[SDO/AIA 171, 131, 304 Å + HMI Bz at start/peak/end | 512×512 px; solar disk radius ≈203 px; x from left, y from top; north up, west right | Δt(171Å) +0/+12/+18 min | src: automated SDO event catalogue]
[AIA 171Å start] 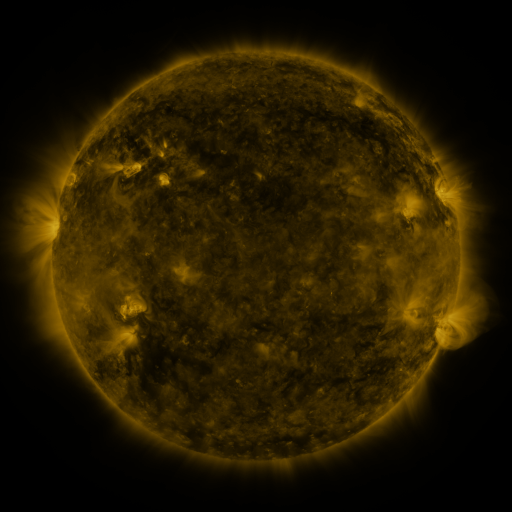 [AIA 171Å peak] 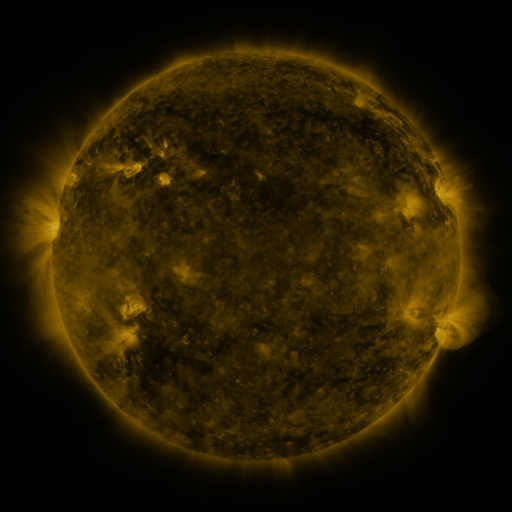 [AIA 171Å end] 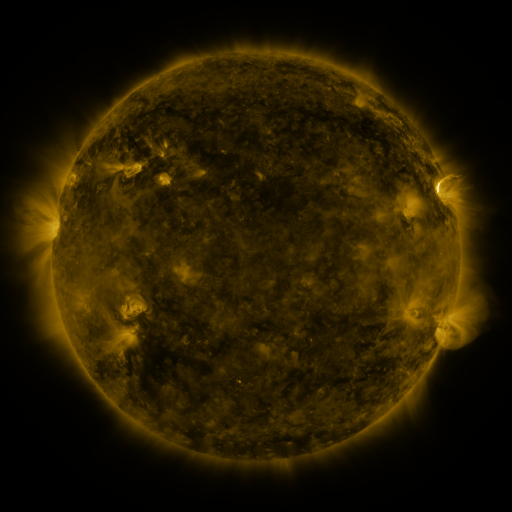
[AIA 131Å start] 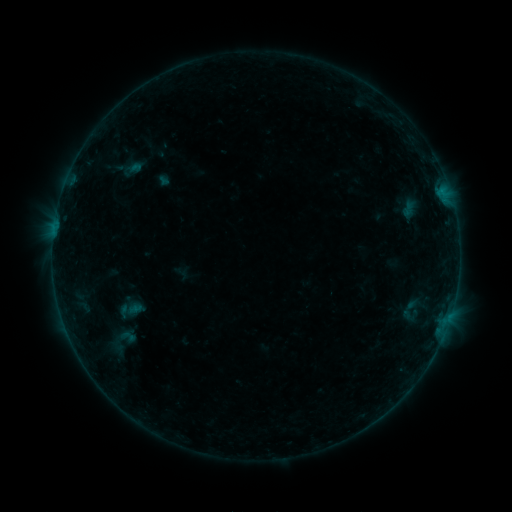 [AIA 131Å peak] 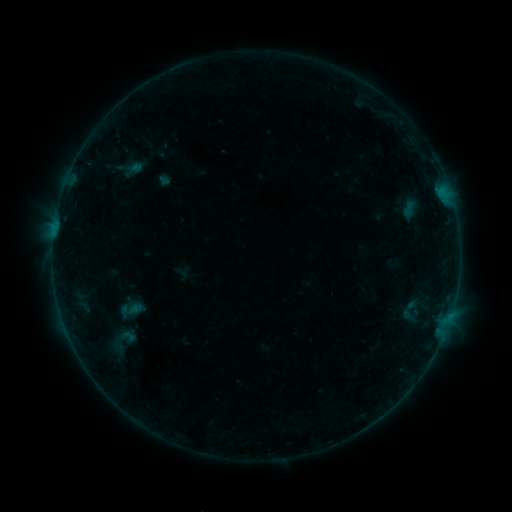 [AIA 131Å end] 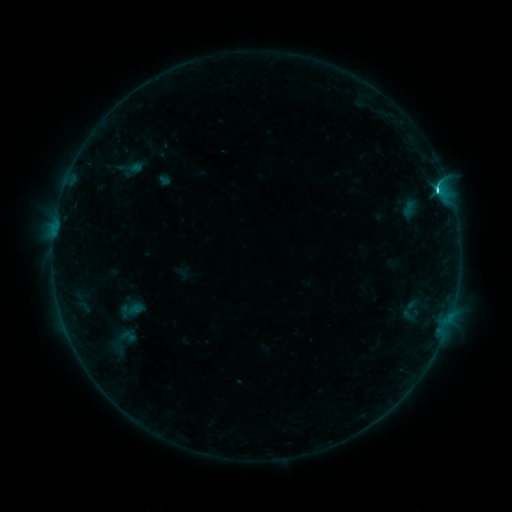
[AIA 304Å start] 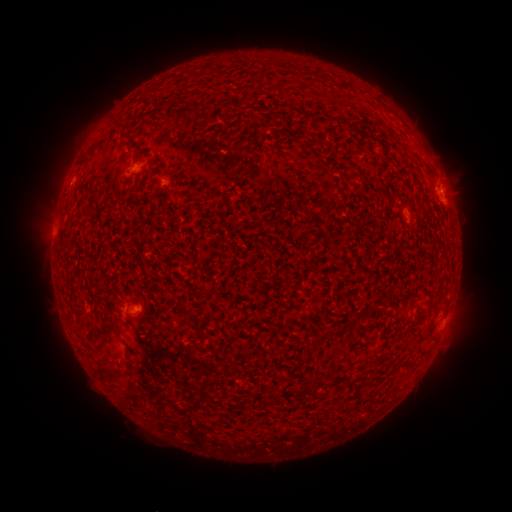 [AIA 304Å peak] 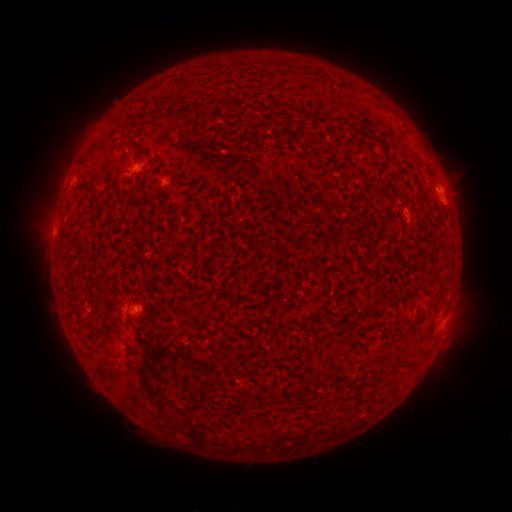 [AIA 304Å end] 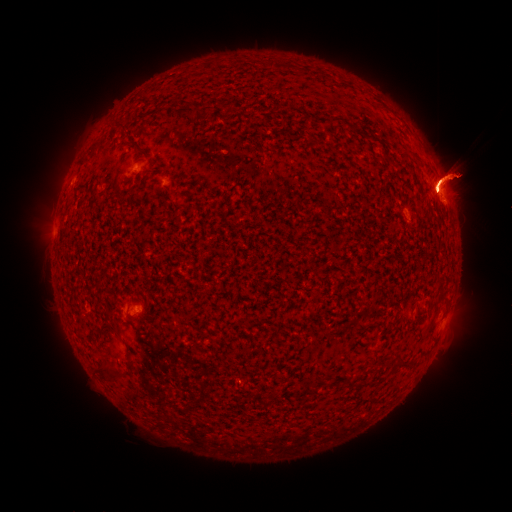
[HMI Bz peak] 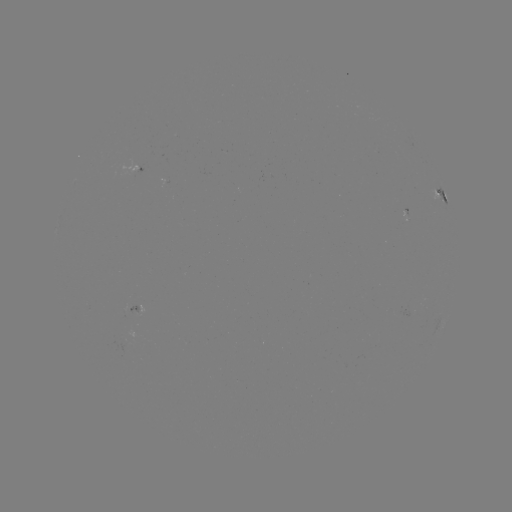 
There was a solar flare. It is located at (436, 191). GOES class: C4.0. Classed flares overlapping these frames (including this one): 1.